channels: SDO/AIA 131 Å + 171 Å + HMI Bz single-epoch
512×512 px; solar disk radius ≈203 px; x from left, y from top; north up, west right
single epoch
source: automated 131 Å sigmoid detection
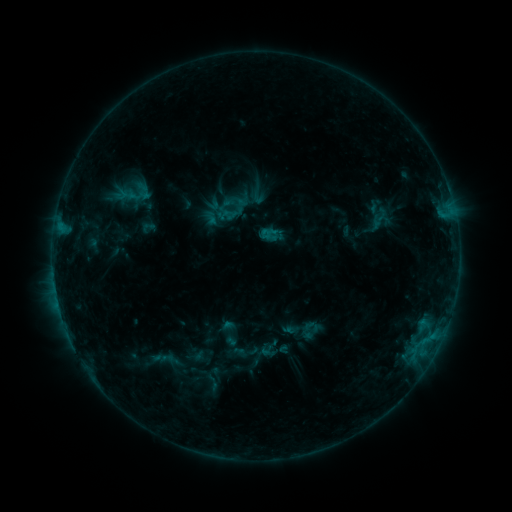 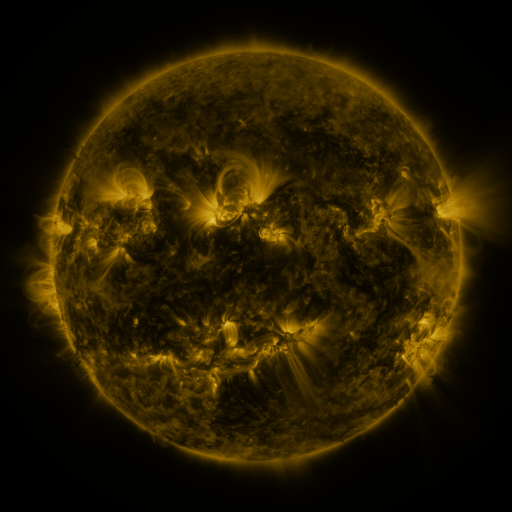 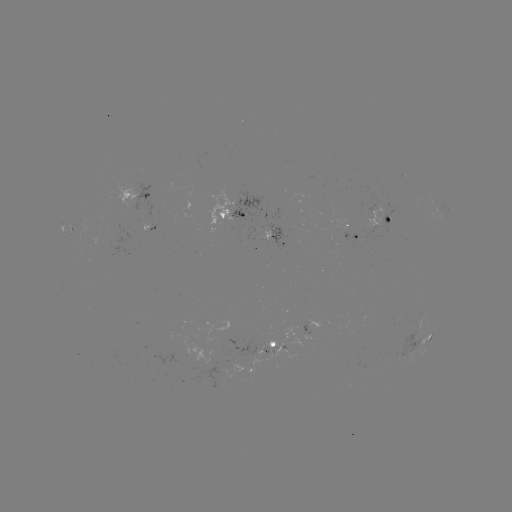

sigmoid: [218, 189, 245, 217]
